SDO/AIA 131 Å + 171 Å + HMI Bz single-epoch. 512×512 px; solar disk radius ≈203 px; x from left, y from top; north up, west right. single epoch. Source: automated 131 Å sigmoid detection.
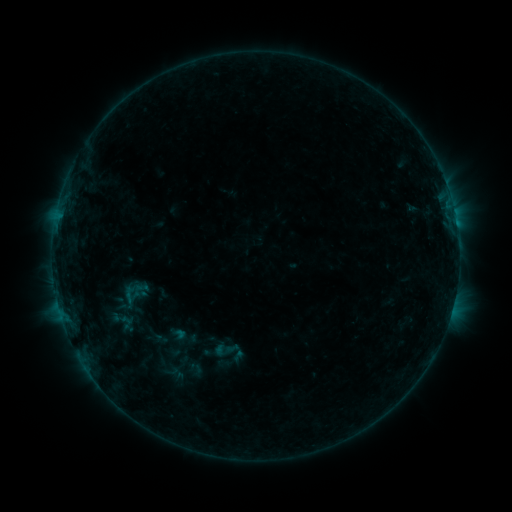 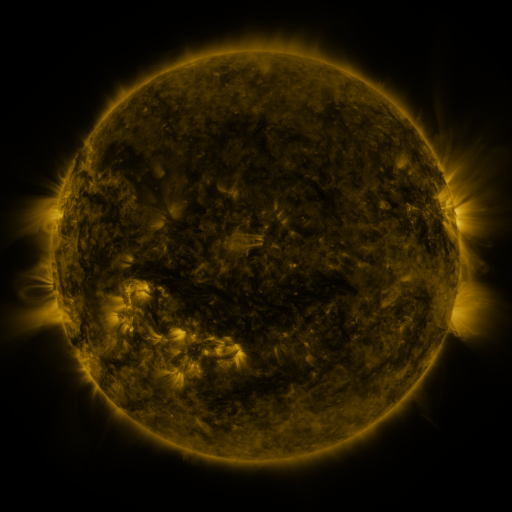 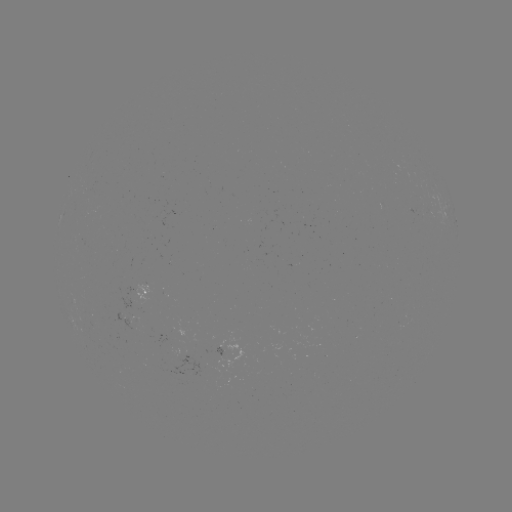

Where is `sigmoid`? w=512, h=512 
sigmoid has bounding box [207, 332, 249, 371].